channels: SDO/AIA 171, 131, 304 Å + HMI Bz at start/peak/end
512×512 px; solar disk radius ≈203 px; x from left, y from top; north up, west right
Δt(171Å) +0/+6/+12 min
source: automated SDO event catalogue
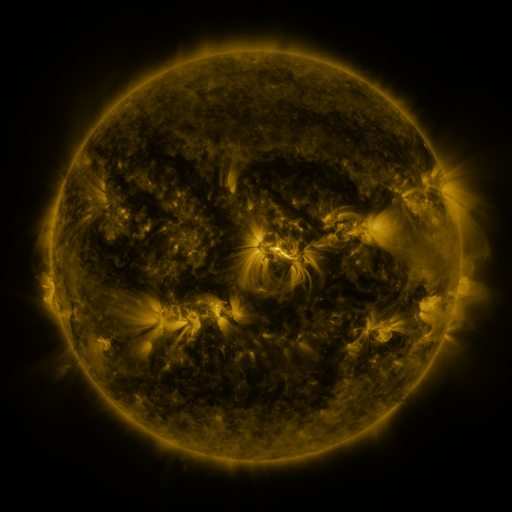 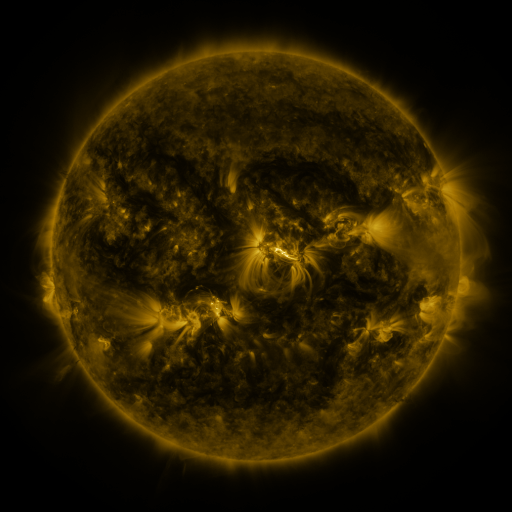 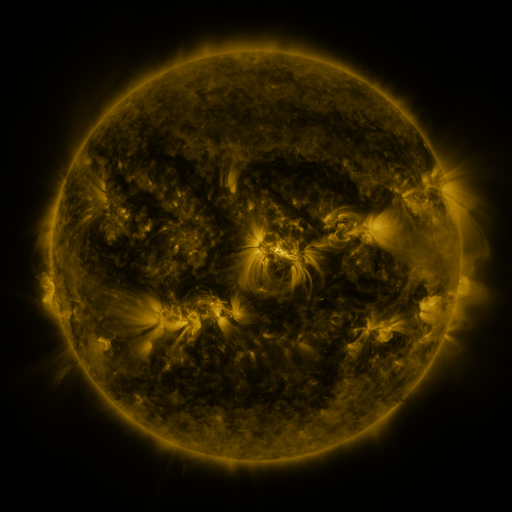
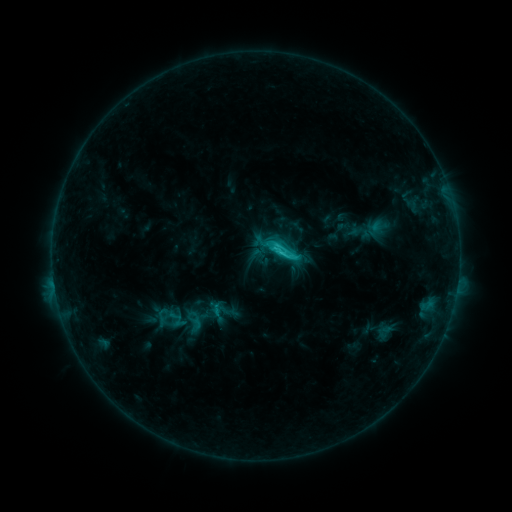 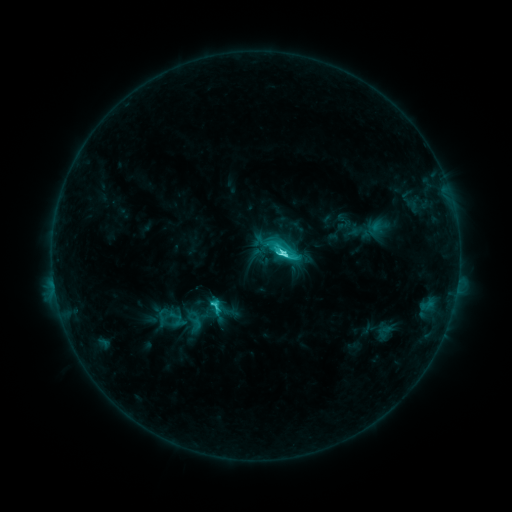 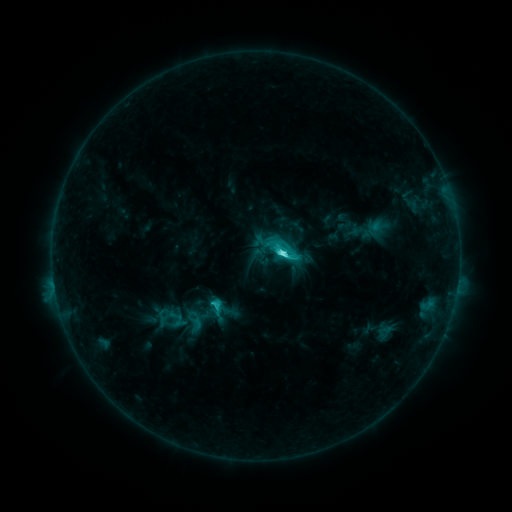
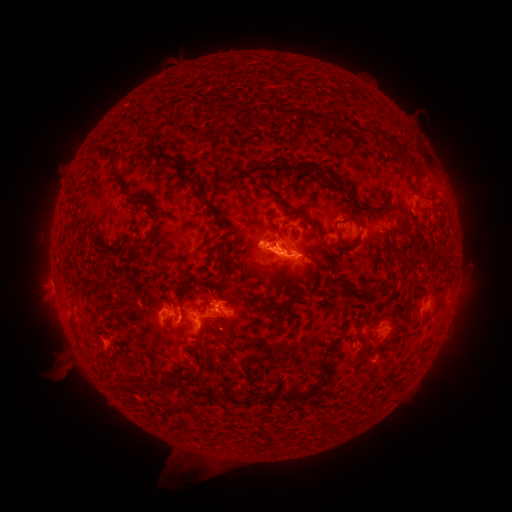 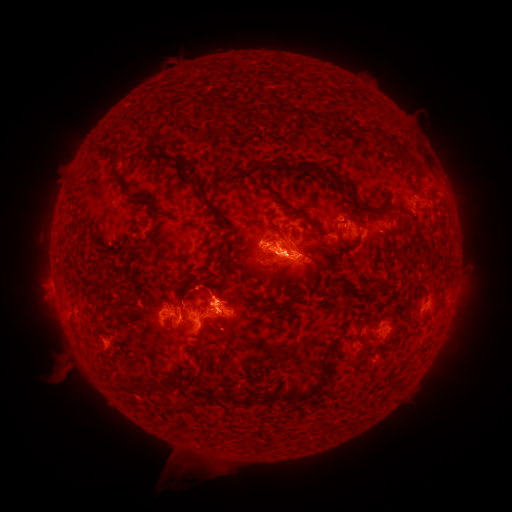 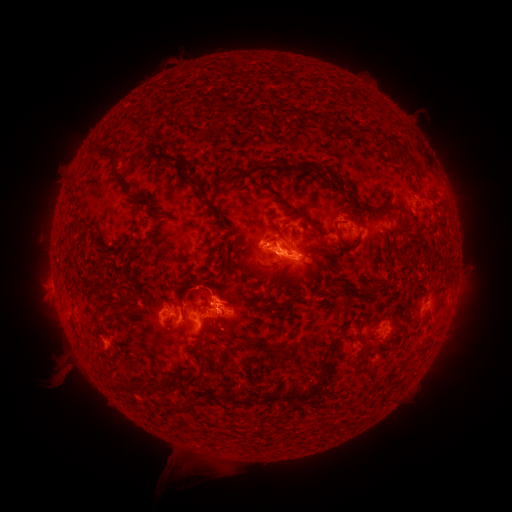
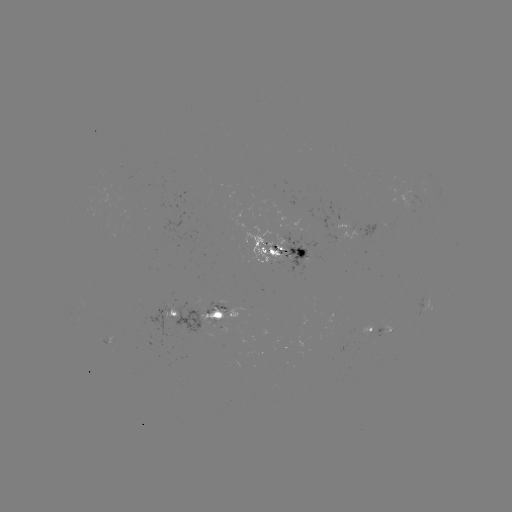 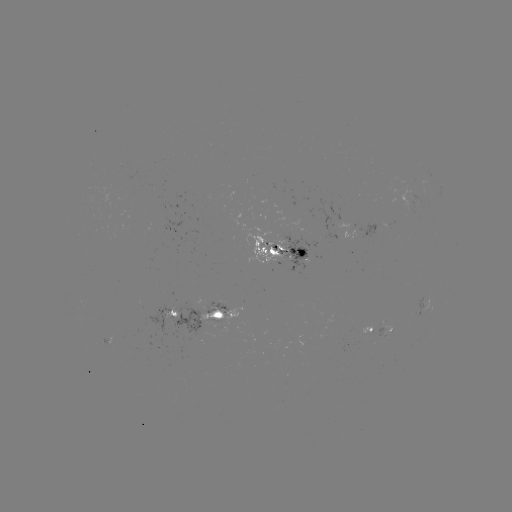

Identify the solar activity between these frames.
C8.7 flare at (280, 256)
